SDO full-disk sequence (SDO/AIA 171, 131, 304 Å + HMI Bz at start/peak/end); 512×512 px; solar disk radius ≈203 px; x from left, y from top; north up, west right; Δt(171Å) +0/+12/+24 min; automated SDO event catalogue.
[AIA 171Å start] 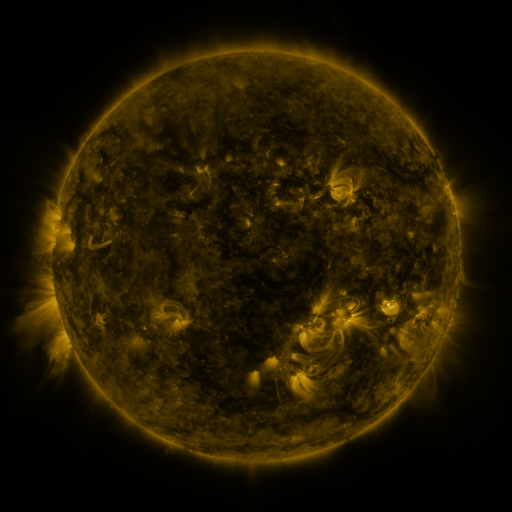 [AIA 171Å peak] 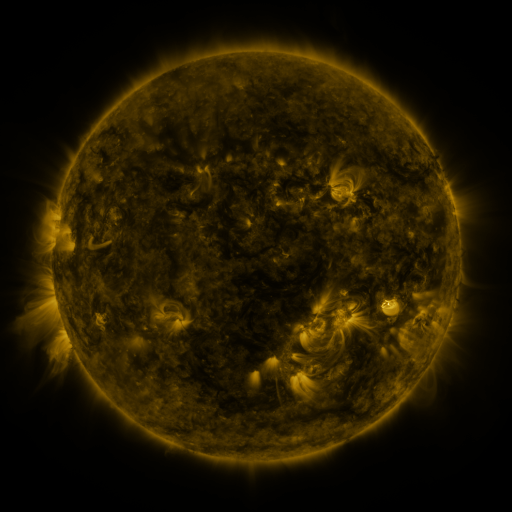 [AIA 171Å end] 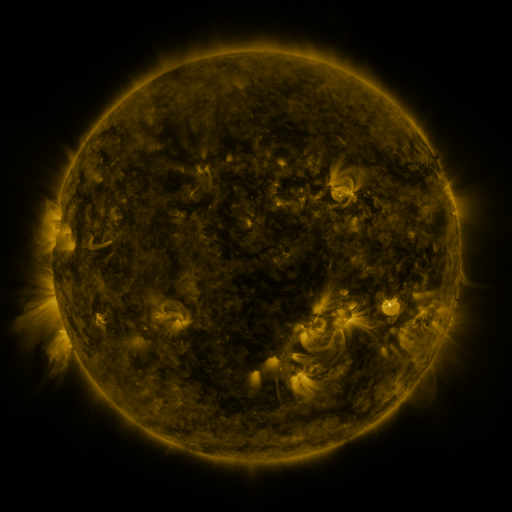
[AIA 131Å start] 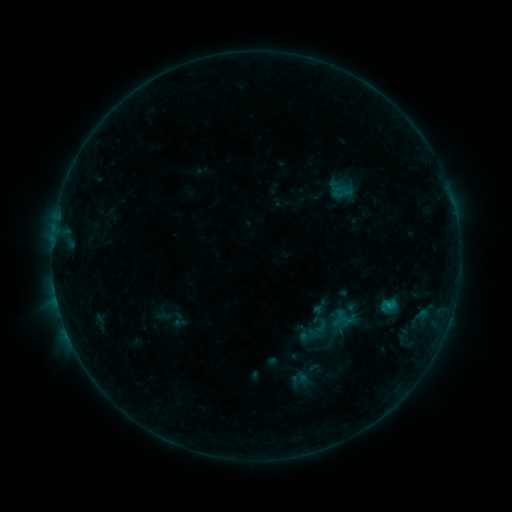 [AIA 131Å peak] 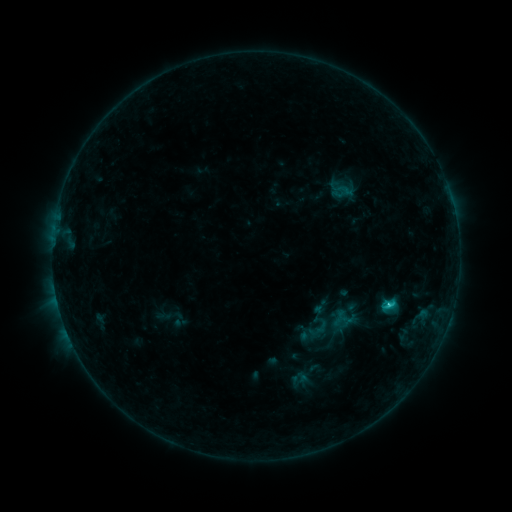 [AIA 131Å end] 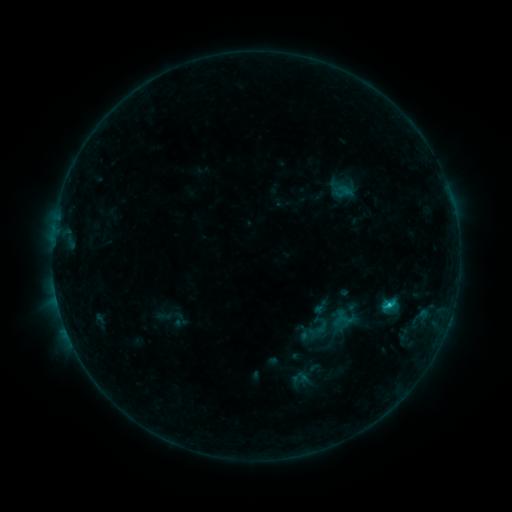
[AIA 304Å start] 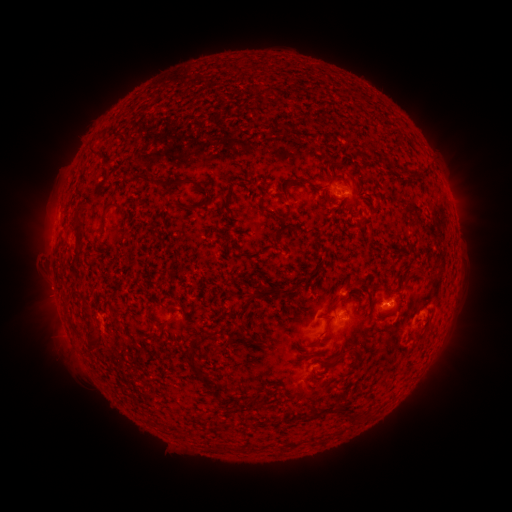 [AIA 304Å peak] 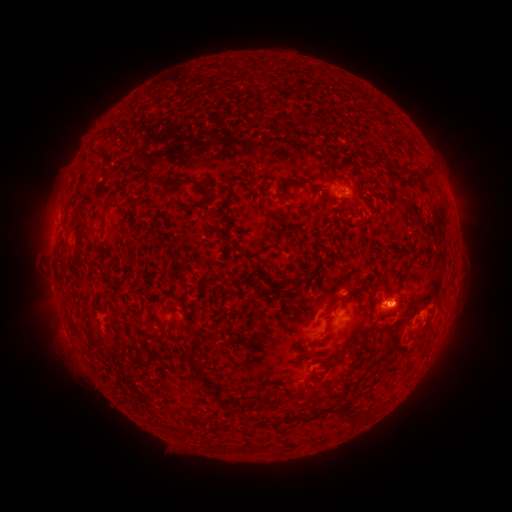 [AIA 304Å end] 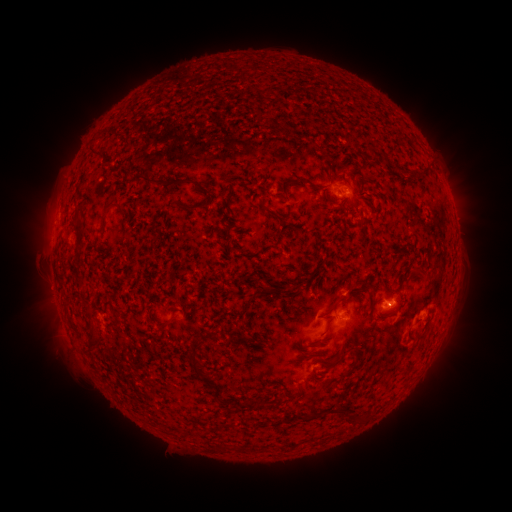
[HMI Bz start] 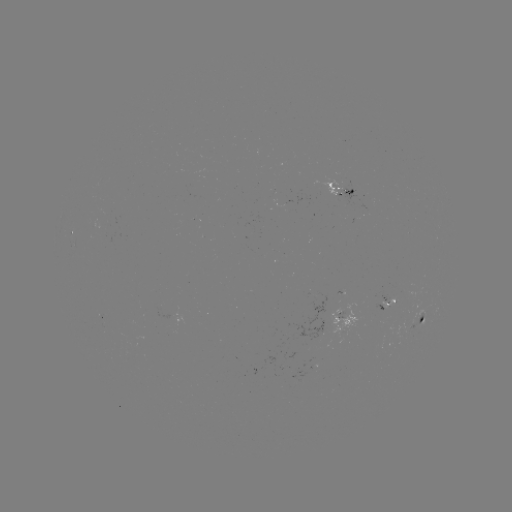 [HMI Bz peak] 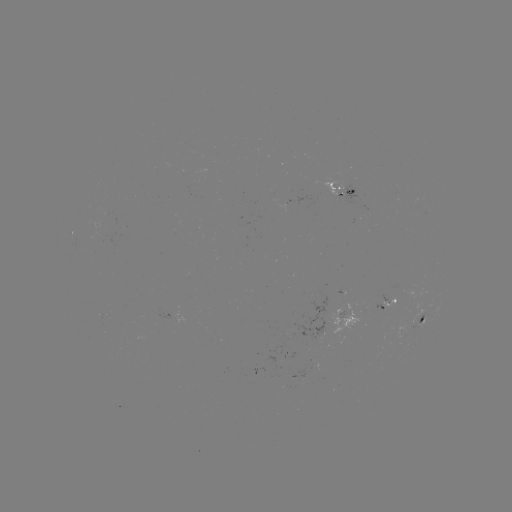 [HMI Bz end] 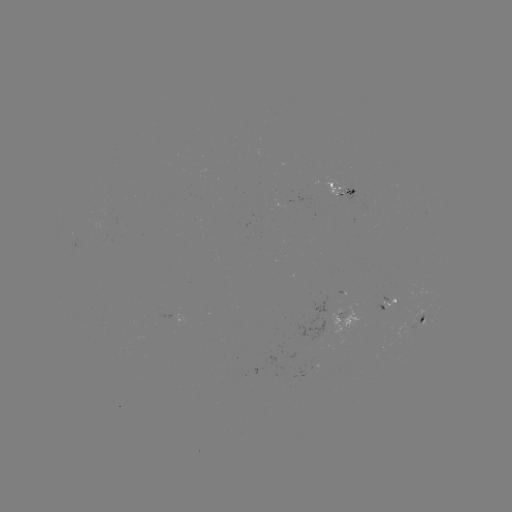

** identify C1.3 flare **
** [387, 302] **